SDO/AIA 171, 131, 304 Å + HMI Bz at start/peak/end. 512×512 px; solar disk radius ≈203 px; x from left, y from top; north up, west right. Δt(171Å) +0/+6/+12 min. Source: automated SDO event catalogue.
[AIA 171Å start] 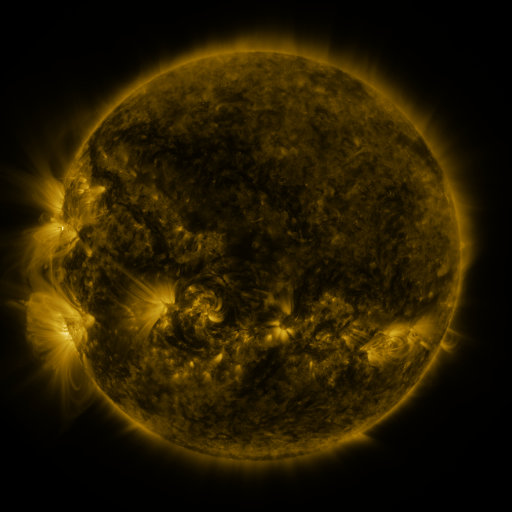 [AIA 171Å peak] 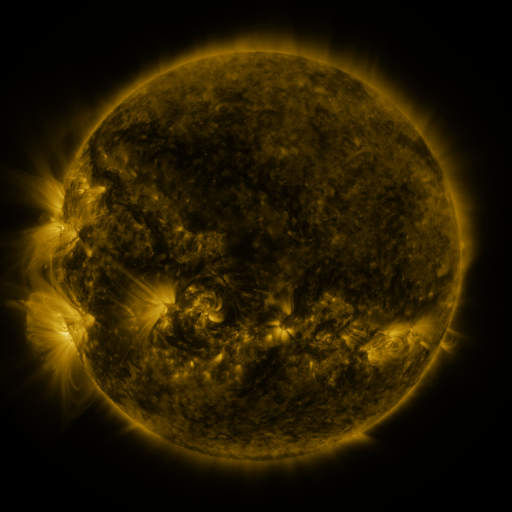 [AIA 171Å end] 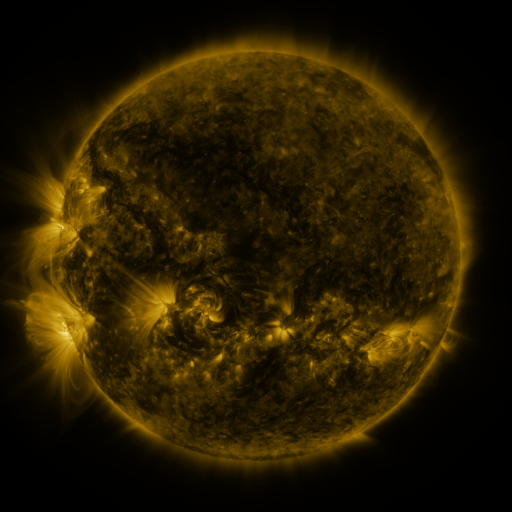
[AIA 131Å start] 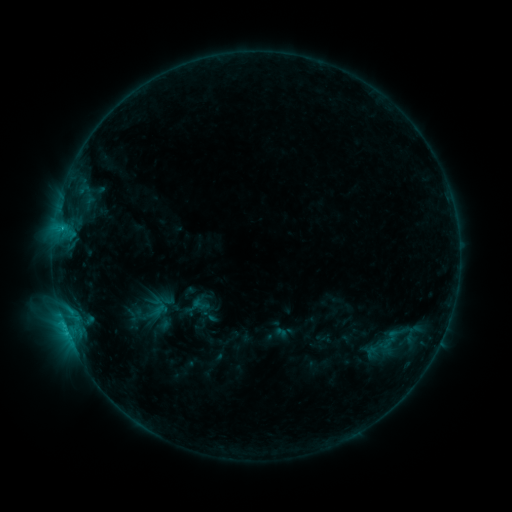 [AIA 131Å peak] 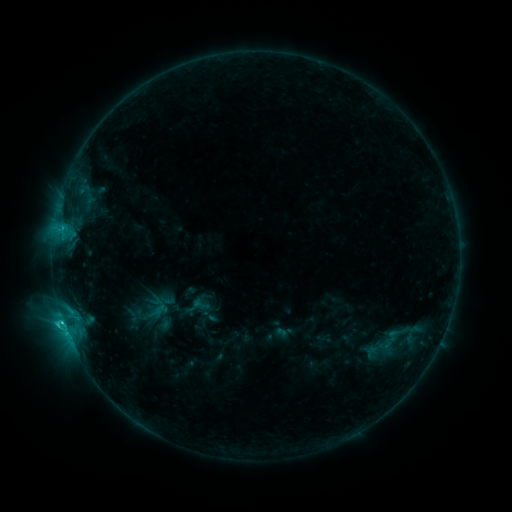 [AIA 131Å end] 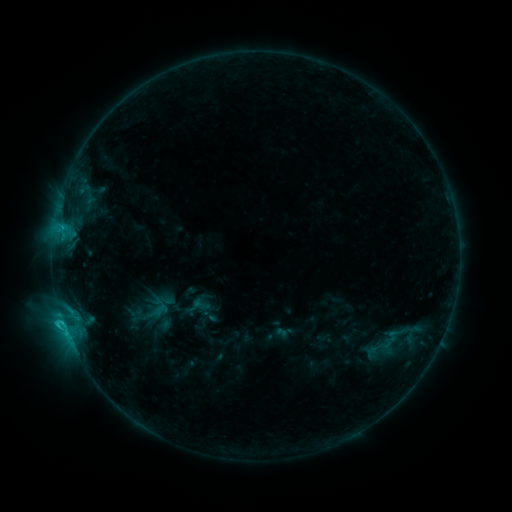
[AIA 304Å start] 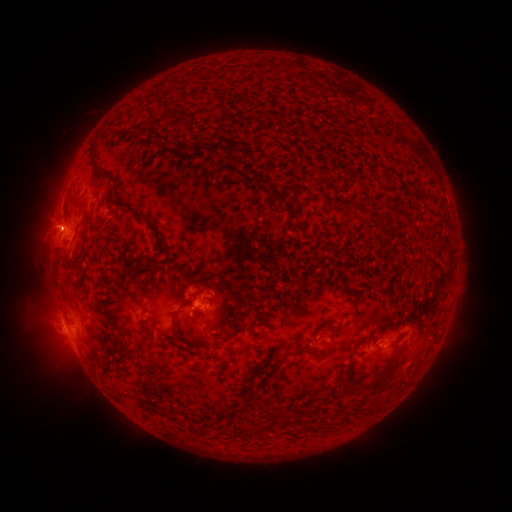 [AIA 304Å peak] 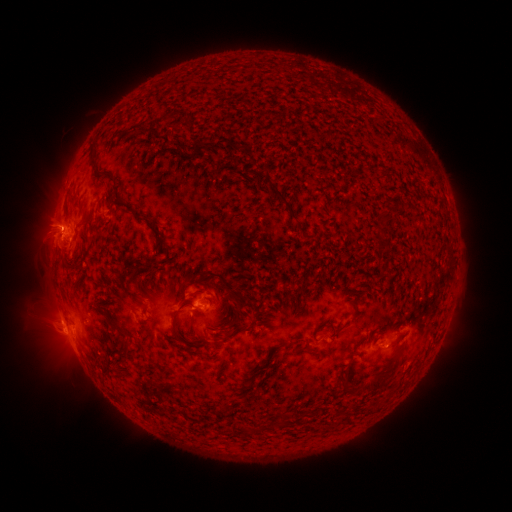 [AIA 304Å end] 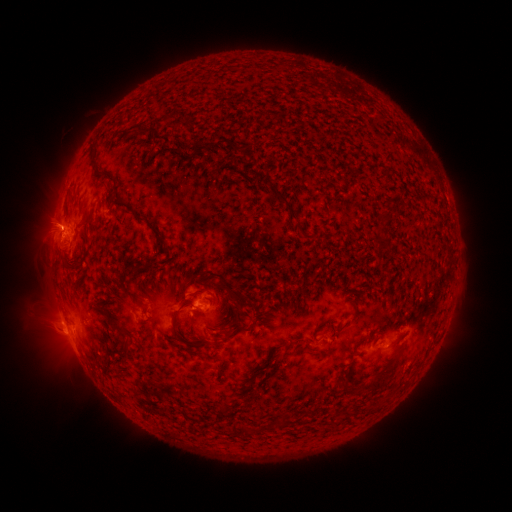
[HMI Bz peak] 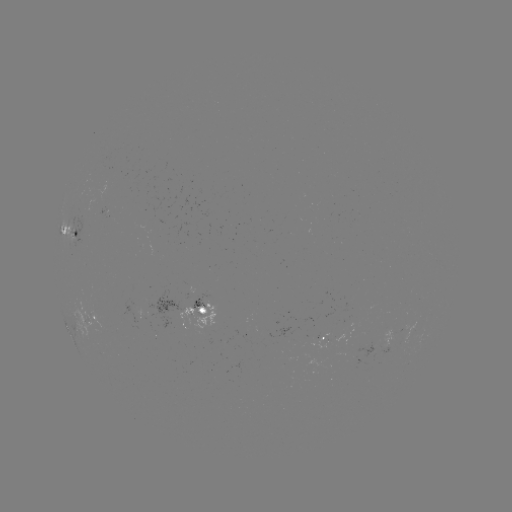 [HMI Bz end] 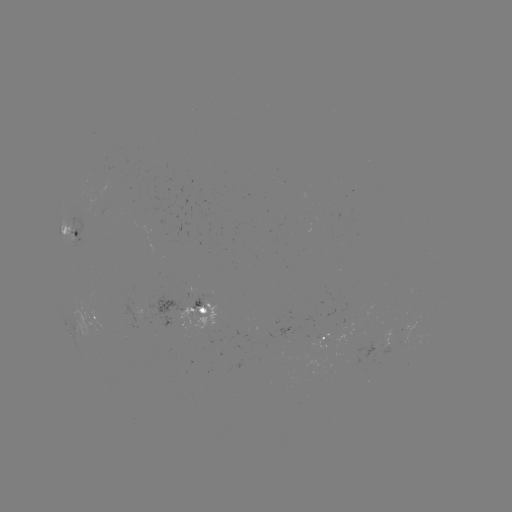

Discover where C1.3 flare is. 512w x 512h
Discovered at [62, 233].